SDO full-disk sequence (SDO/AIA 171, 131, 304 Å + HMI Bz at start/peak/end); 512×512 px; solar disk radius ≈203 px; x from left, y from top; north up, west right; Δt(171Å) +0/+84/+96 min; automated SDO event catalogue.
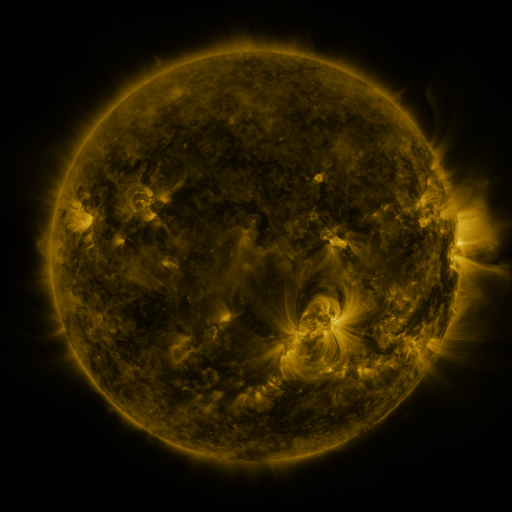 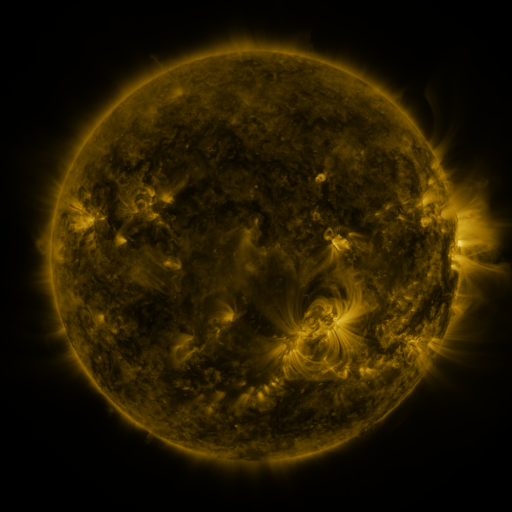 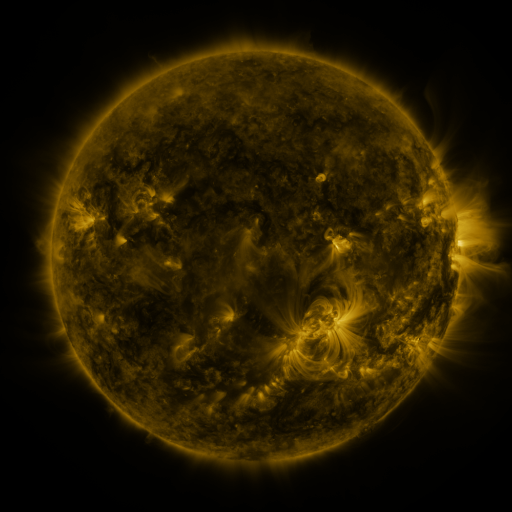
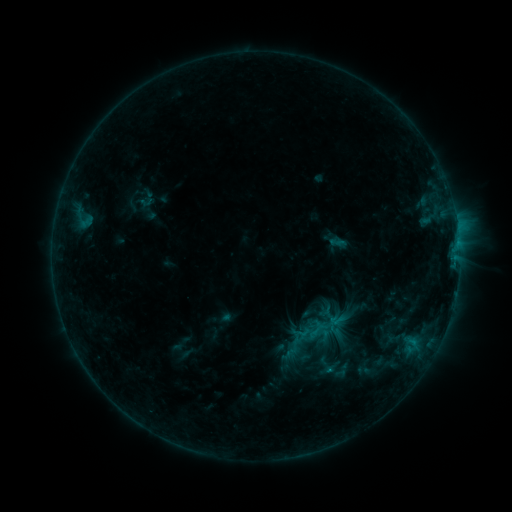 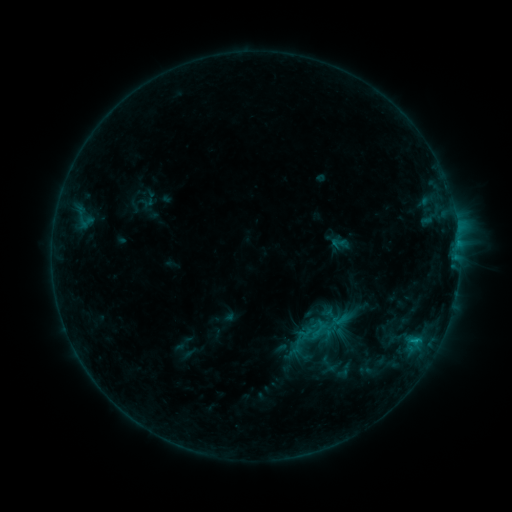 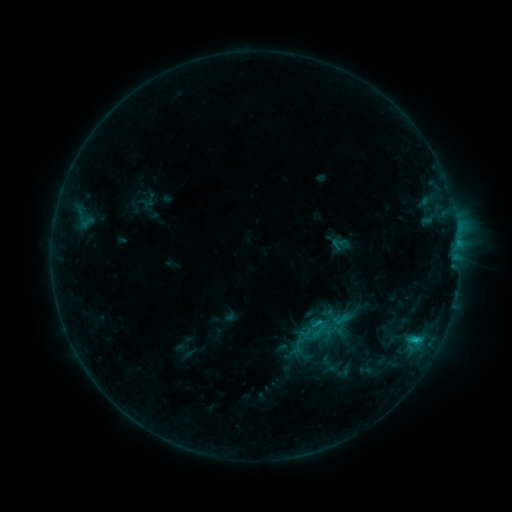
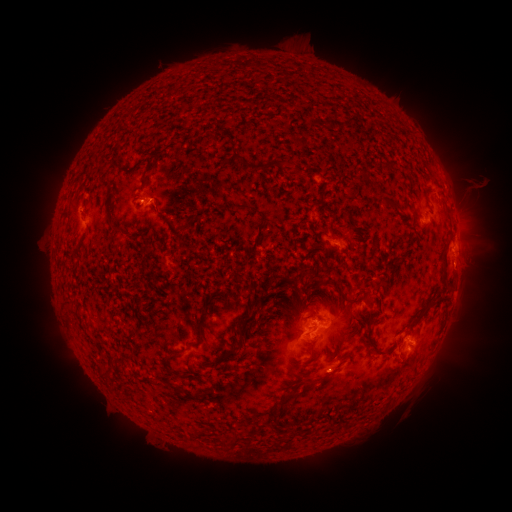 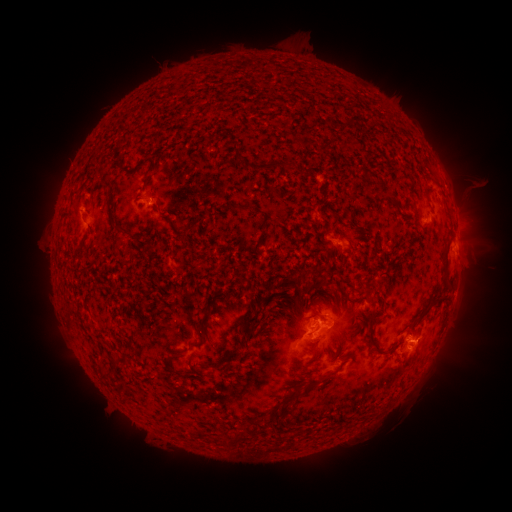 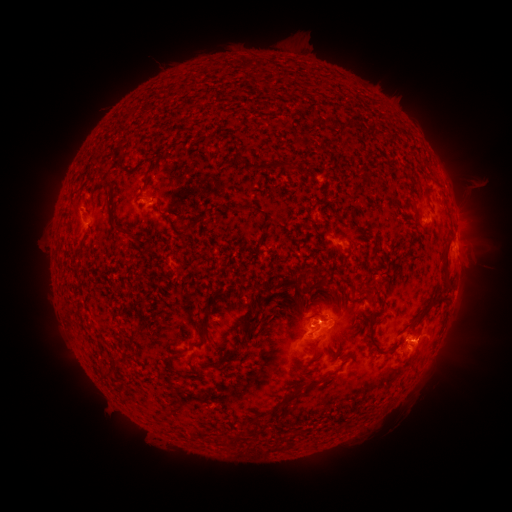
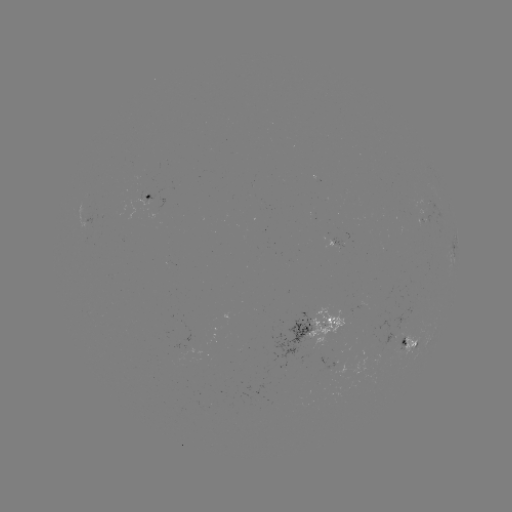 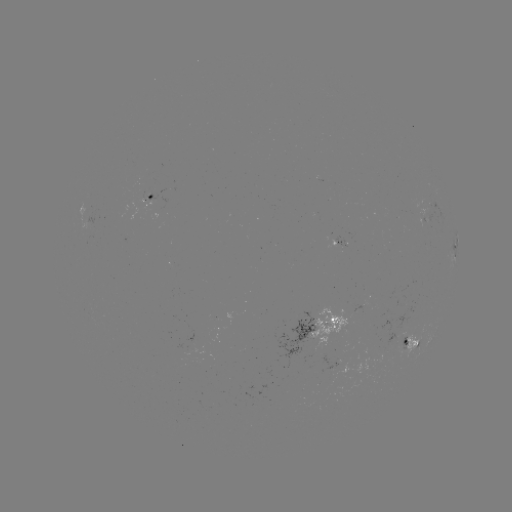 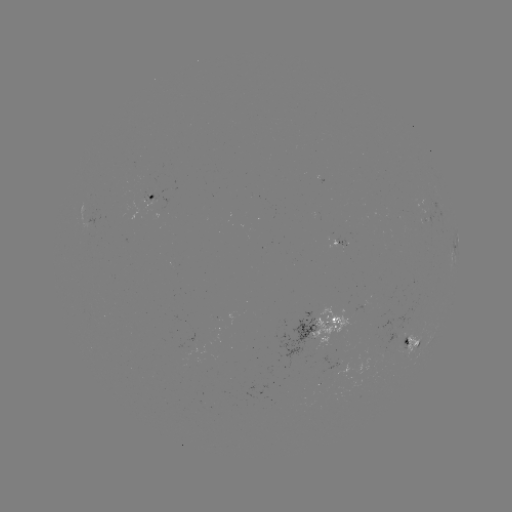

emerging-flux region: (326, 239, 342, 250)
